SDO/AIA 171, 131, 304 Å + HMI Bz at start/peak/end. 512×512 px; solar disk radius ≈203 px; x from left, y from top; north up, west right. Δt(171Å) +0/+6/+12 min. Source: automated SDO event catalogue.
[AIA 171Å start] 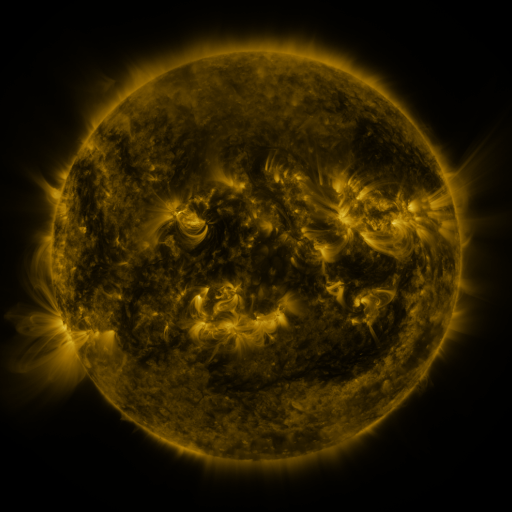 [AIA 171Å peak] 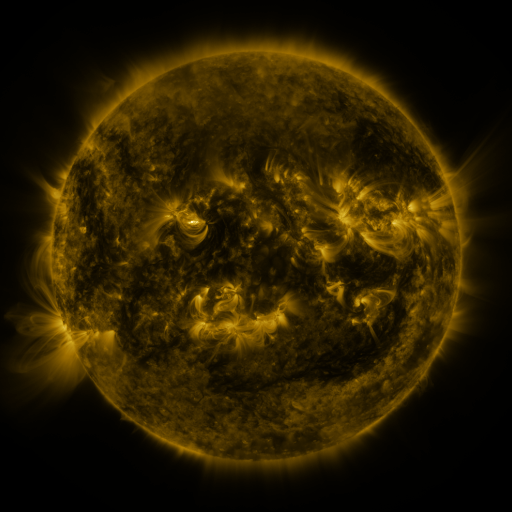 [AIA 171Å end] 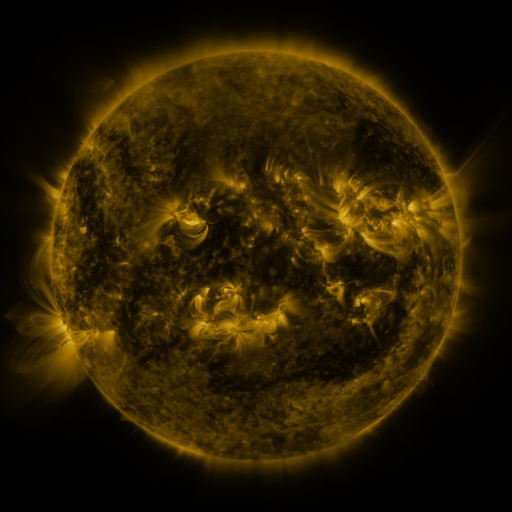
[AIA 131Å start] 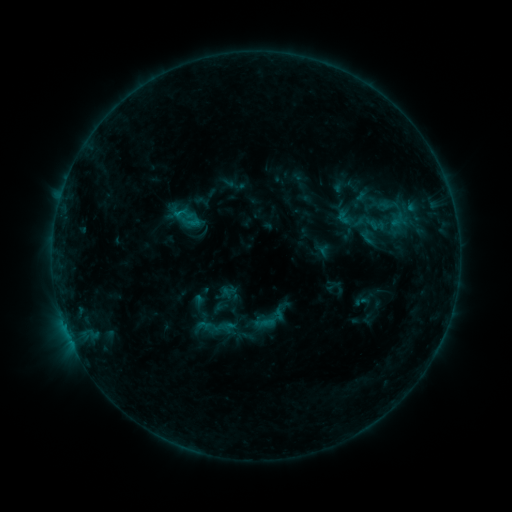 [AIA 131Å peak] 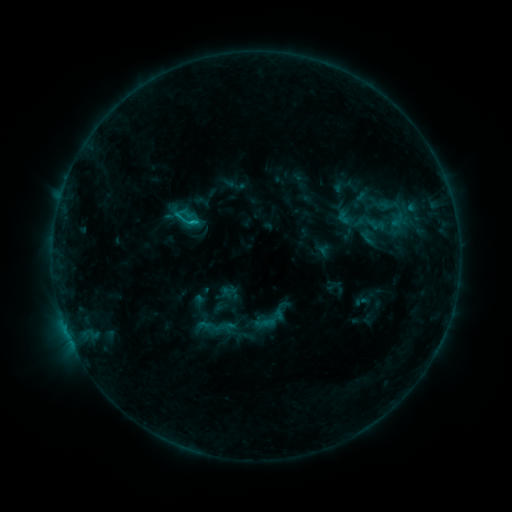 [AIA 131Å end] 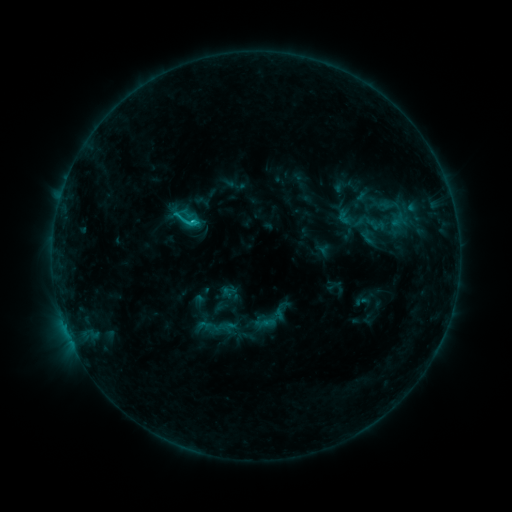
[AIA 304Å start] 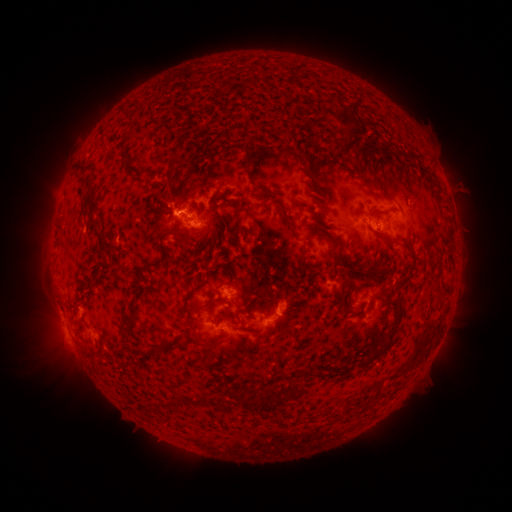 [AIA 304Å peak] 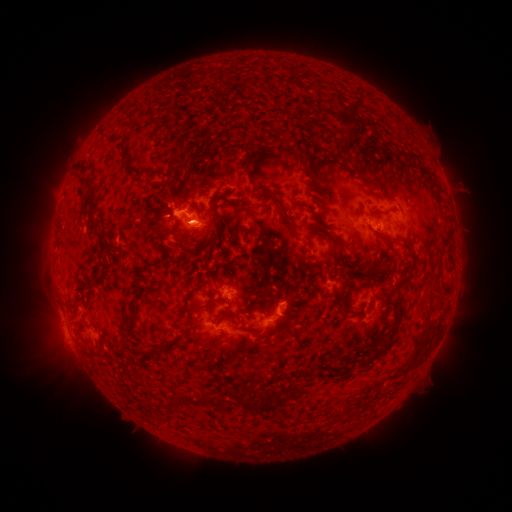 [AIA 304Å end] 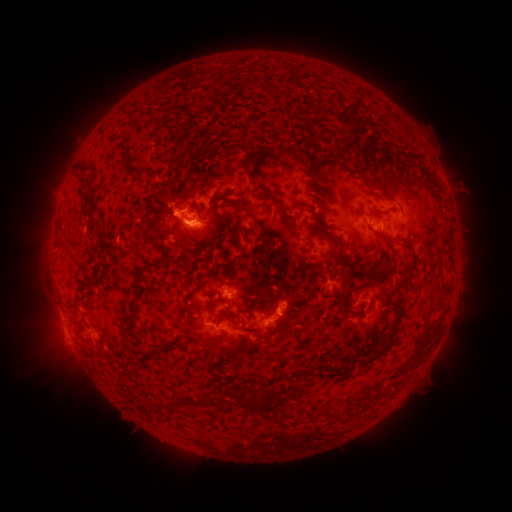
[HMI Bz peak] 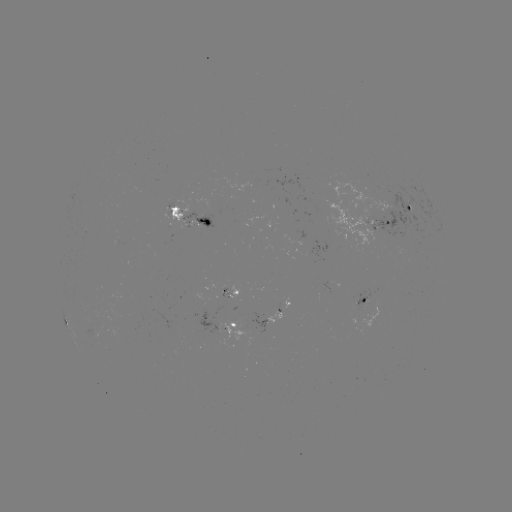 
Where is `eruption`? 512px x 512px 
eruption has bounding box [167, 209, 218, 254].